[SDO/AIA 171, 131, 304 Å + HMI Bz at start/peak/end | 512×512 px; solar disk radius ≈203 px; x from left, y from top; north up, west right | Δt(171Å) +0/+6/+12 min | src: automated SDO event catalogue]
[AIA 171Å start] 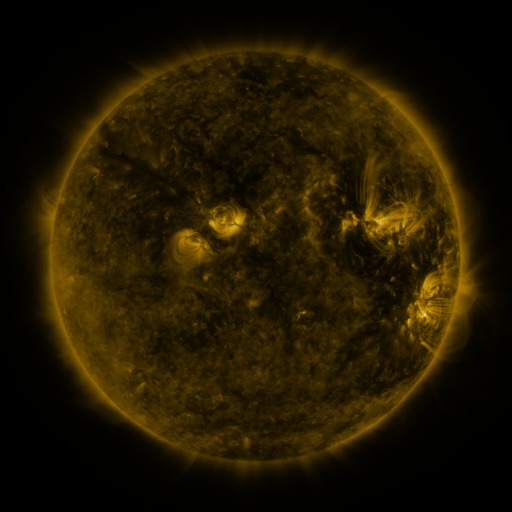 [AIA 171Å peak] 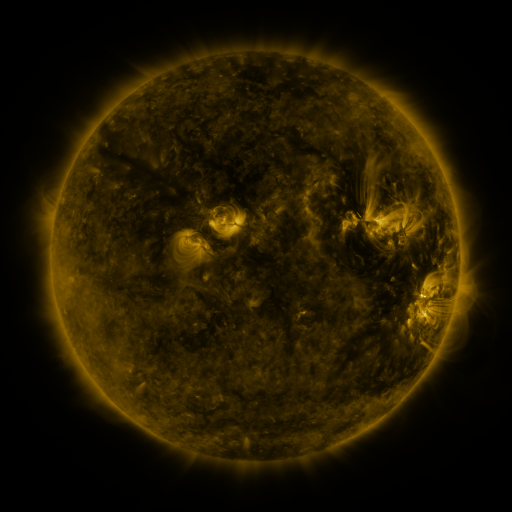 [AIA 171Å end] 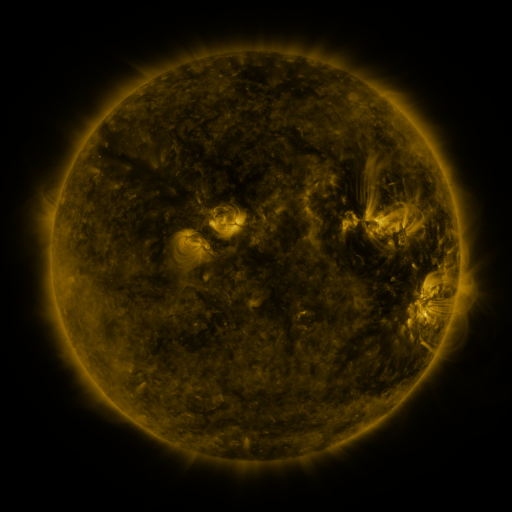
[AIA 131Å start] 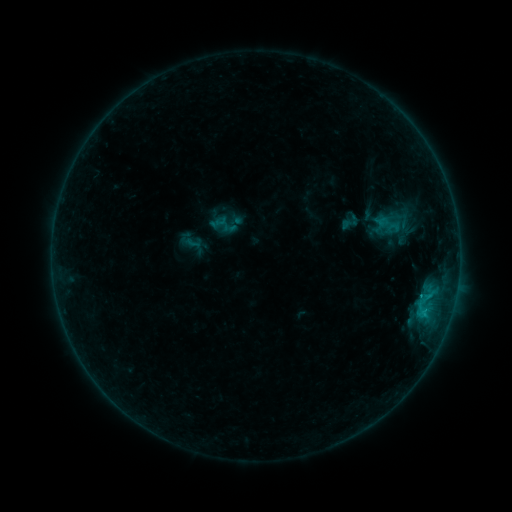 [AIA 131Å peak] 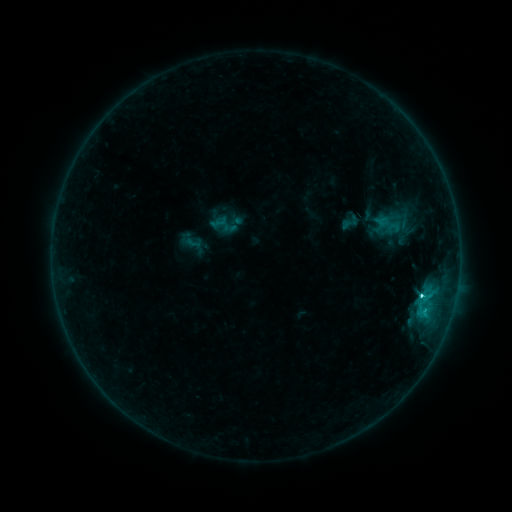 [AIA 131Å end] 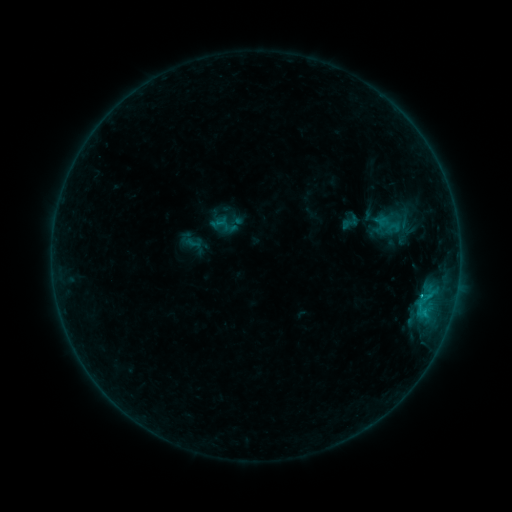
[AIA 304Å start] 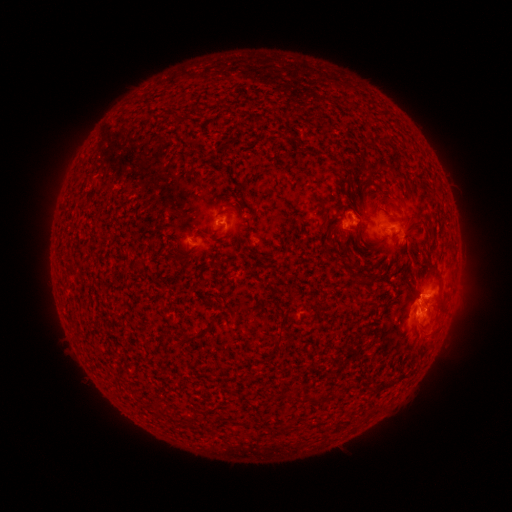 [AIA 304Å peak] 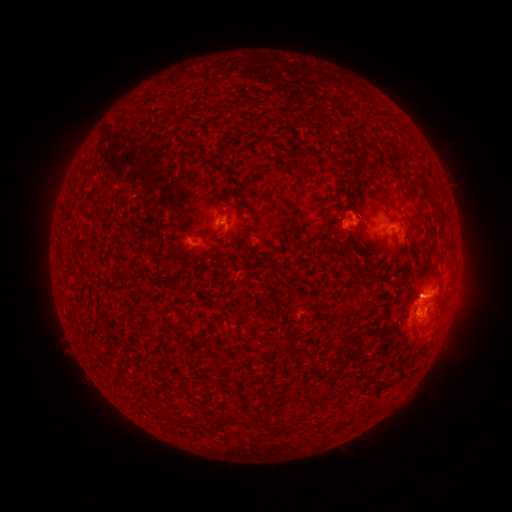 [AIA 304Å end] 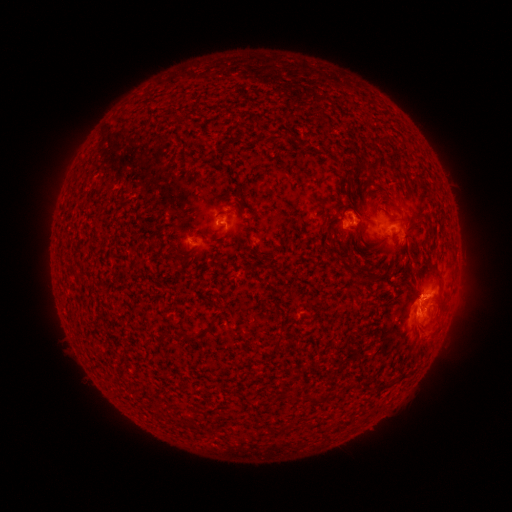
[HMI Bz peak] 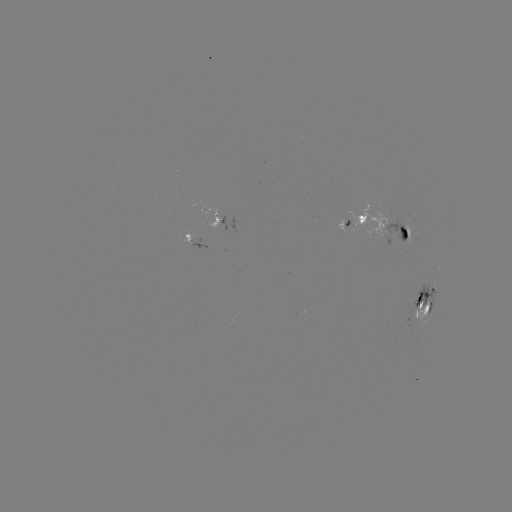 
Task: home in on C5.3 flare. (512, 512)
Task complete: [419, 295].